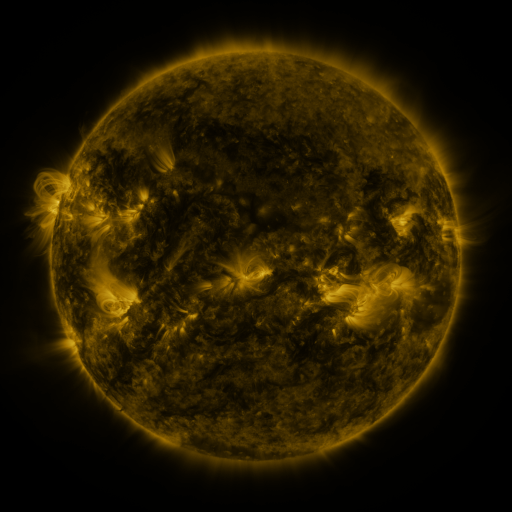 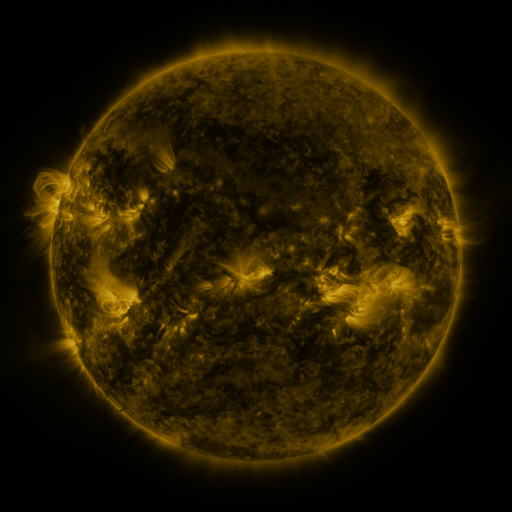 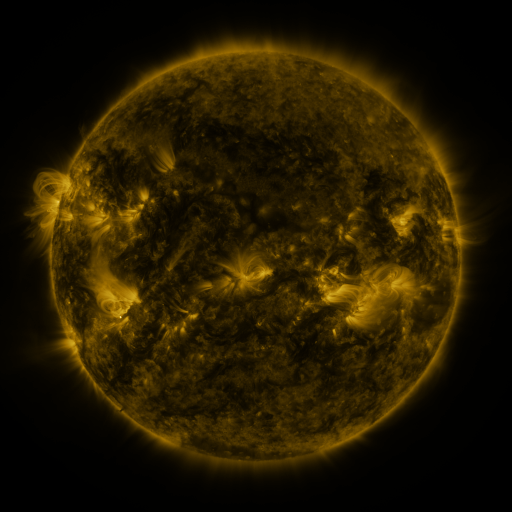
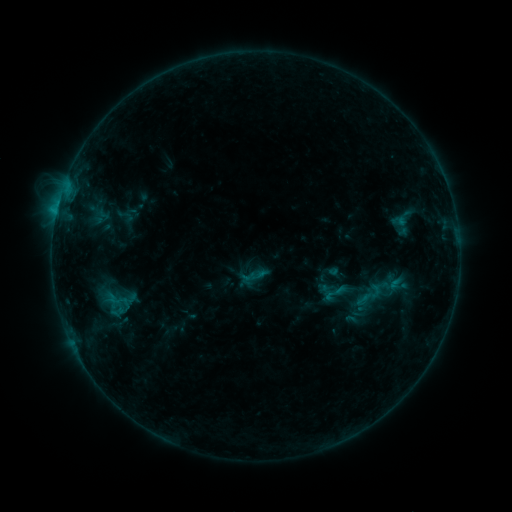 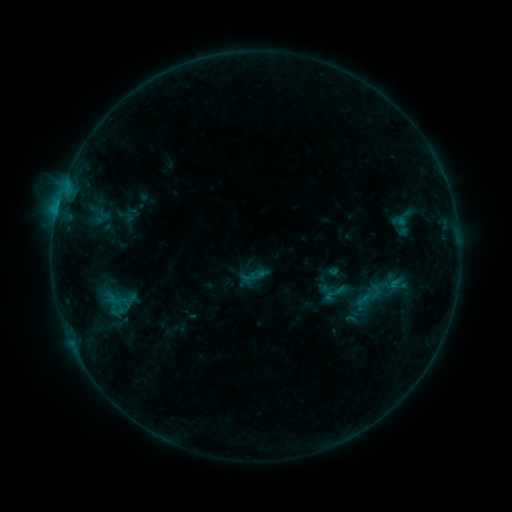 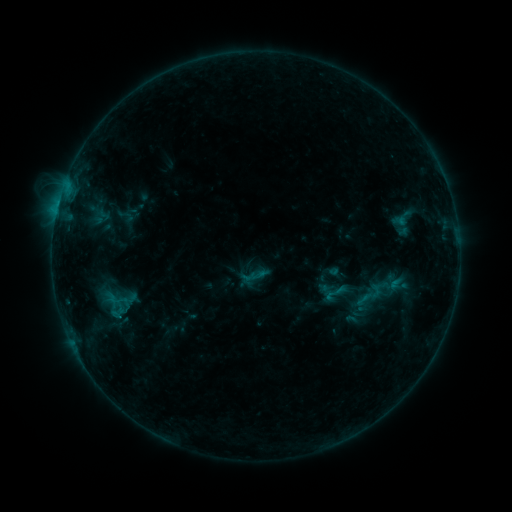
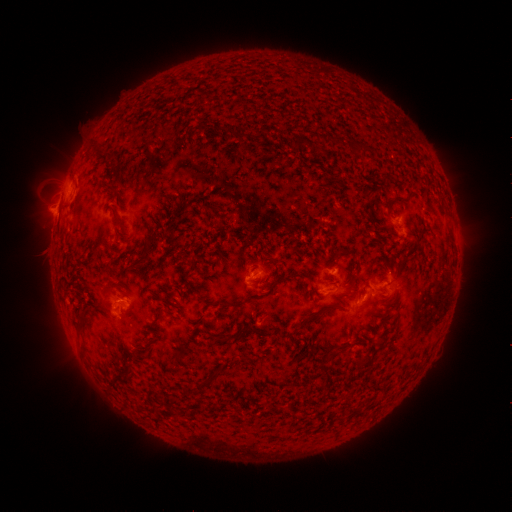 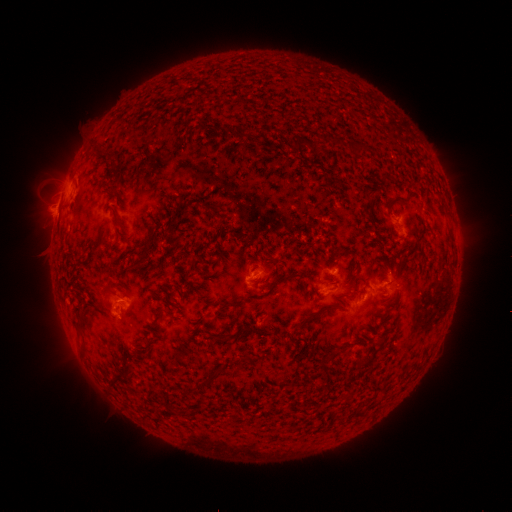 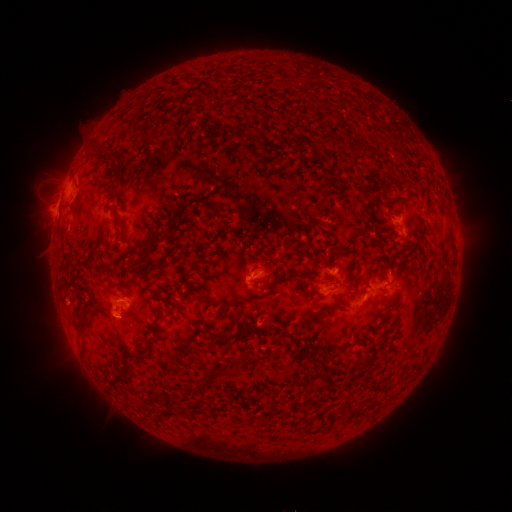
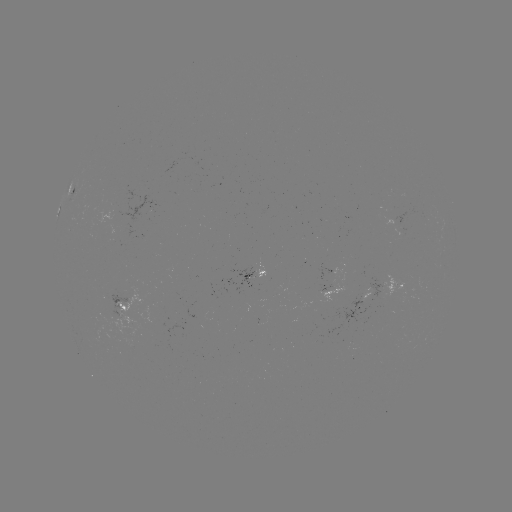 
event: flare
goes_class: B6.3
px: (120, 314)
